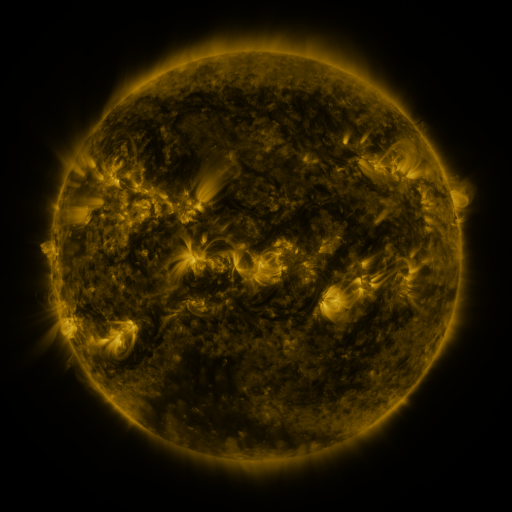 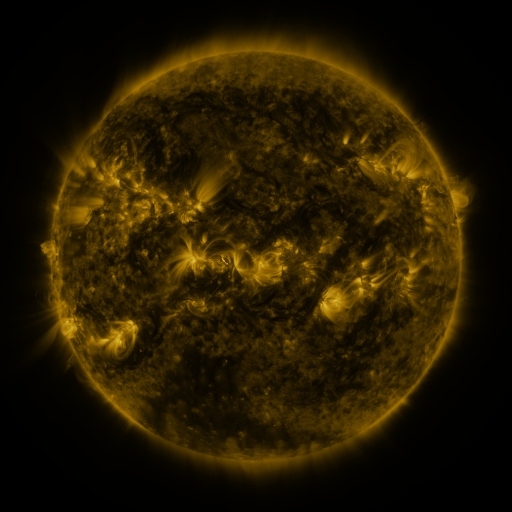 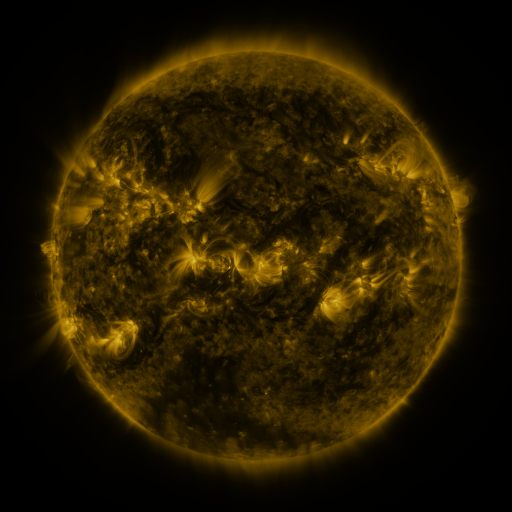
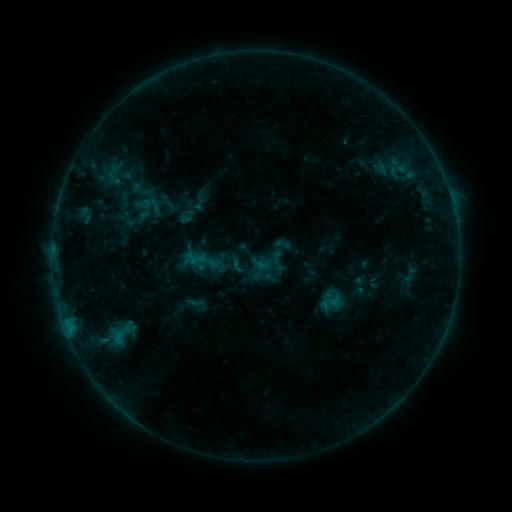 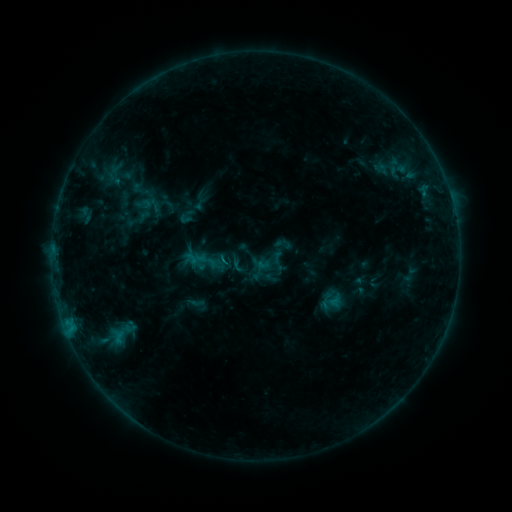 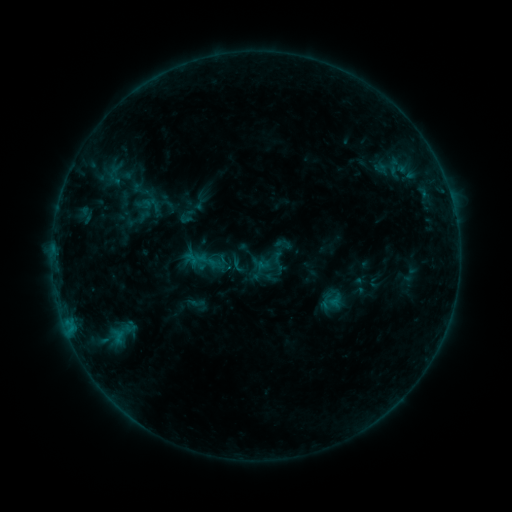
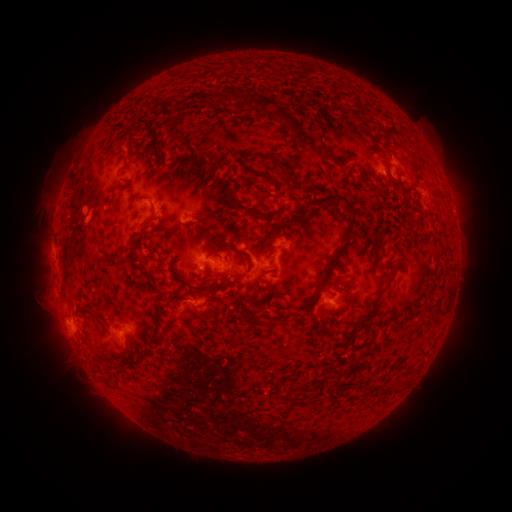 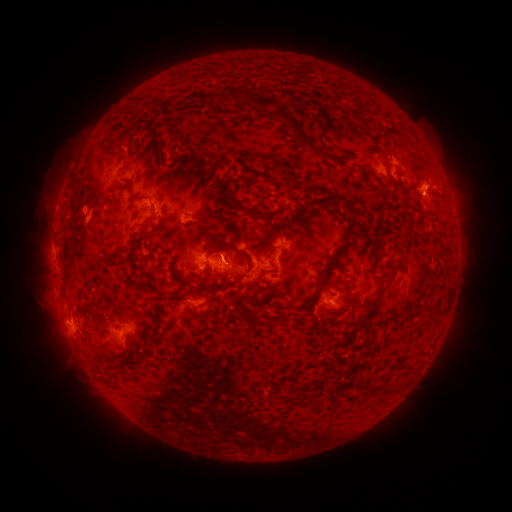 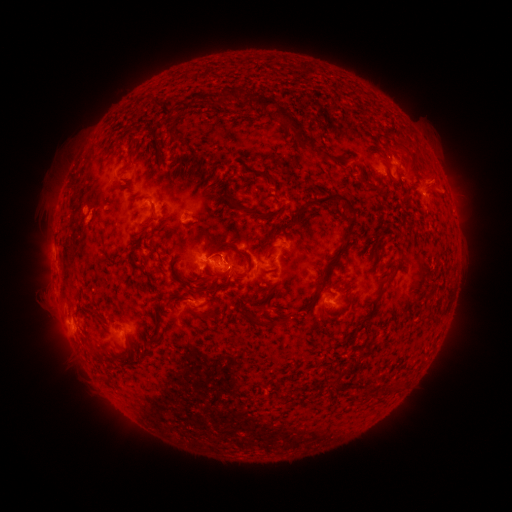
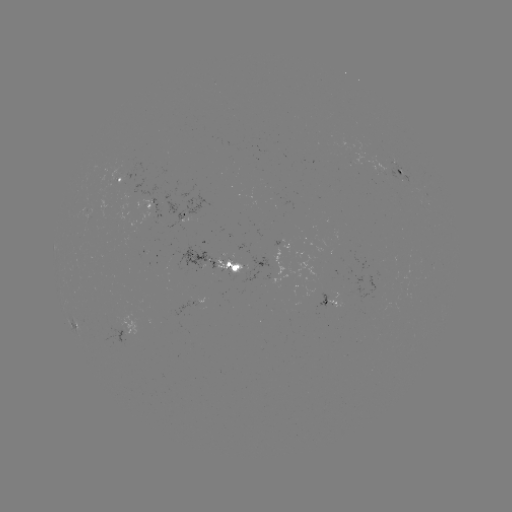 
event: eruption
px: (429, 181)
